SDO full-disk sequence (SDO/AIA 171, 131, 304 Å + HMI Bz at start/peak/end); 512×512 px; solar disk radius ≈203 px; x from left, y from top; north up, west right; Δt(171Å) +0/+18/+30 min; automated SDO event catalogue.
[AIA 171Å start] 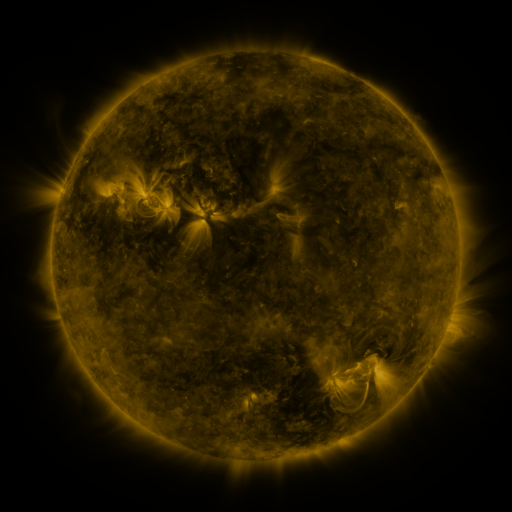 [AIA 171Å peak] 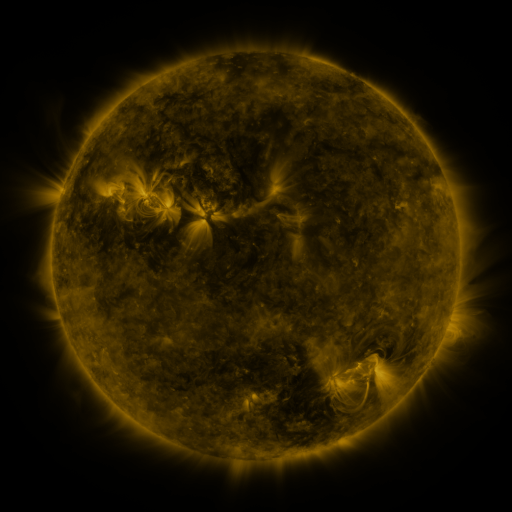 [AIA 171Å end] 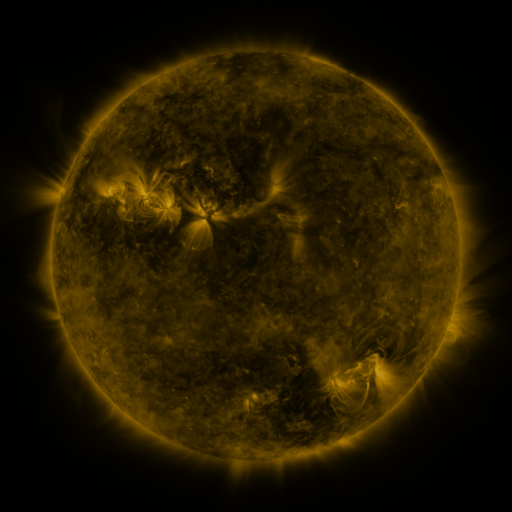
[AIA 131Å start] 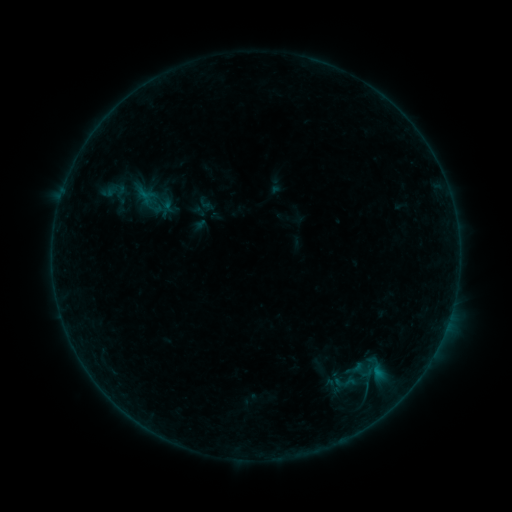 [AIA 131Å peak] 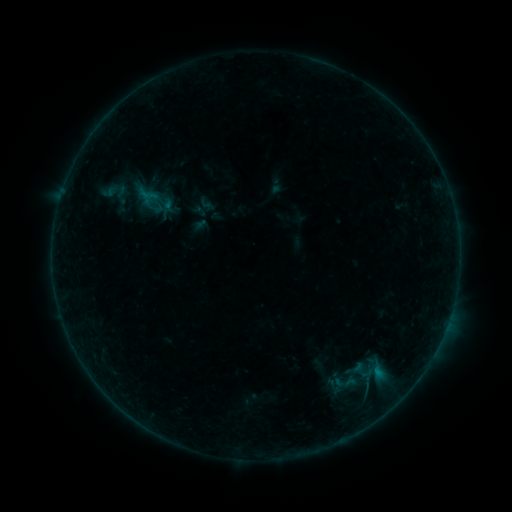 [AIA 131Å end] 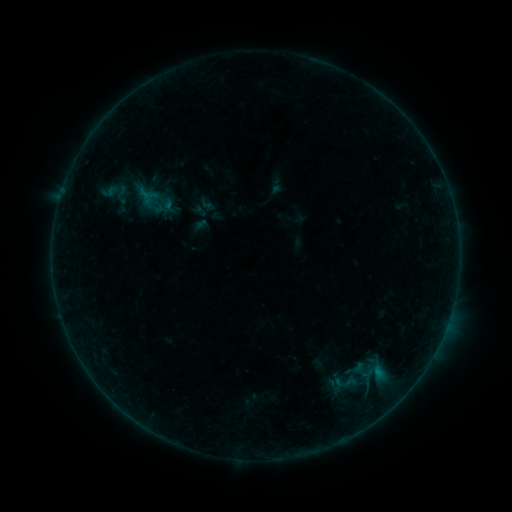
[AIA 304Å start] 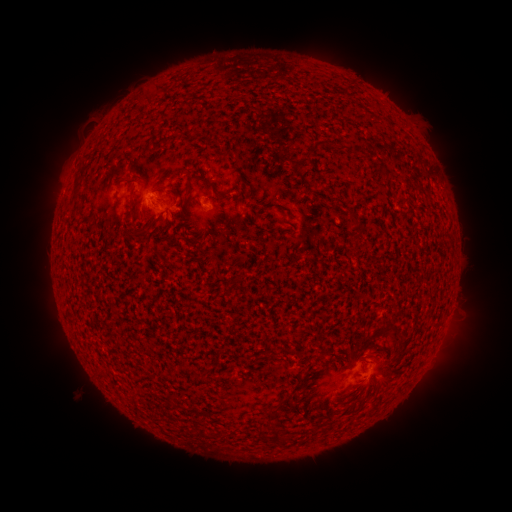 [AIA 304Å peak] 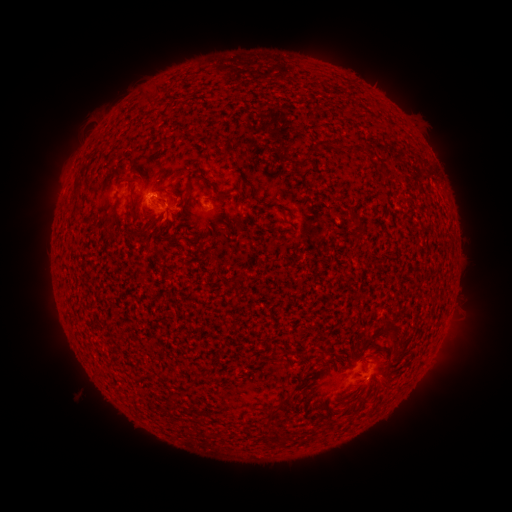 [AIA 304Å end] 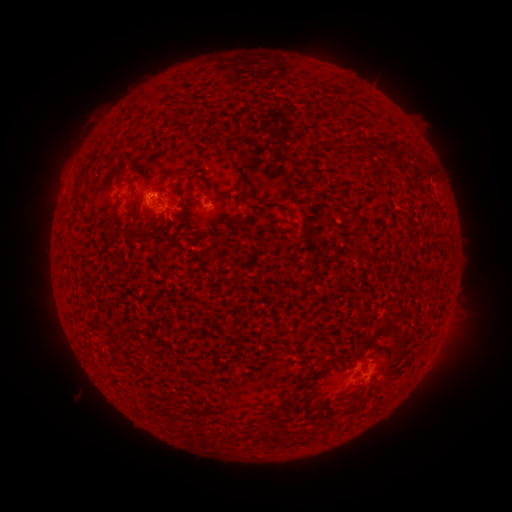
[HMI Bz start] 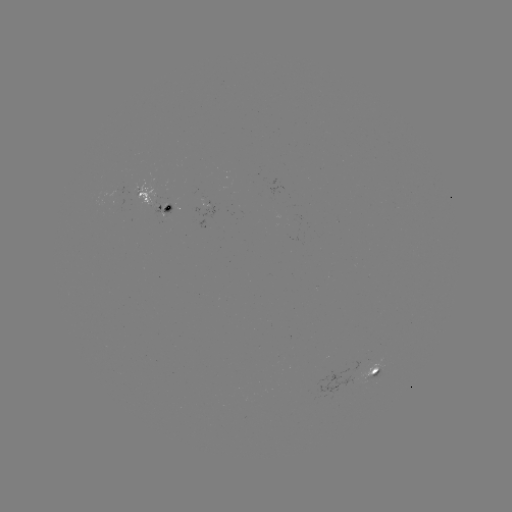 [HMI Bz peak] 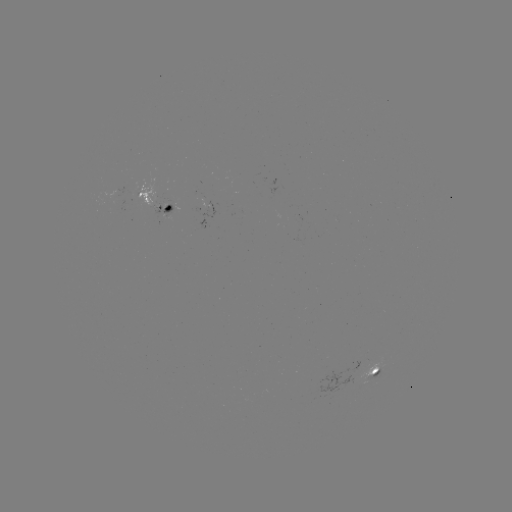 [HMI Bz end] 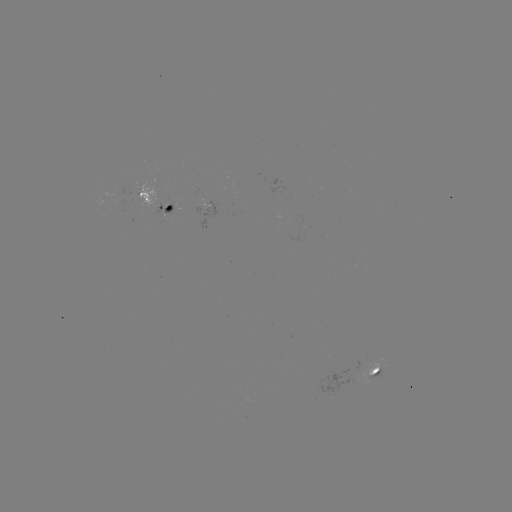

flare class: B2.5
